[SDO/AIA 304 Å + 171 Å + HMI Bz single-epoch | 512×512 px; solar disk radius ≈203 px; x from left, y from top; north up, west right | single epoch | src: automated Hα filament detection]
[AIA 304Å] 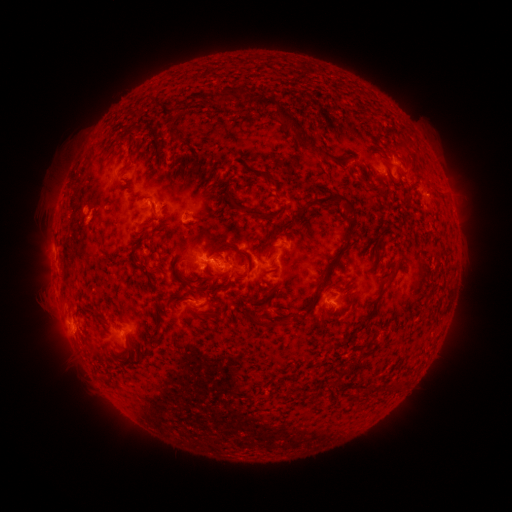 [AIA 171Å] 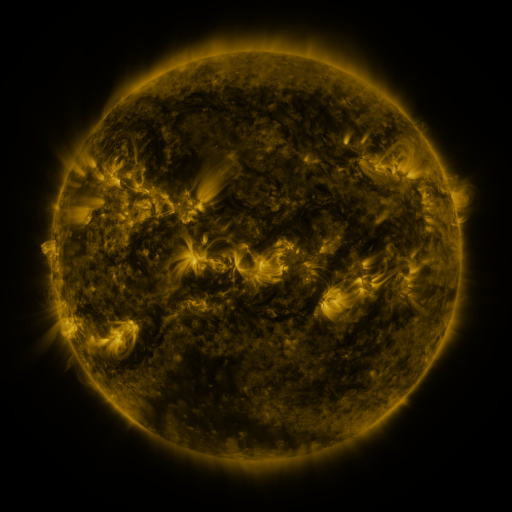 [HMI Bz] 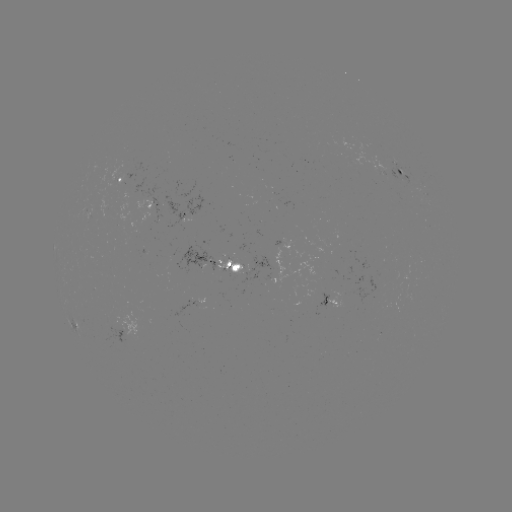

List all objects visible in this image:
filament: (270, 179)
filament: (332, 198)
filament: (251, 213)
filament: (347, 241)
filament: (233, 267)
filament: (392, 279)
filament: (324, 282)
filament: (217, 310)
filament: (260, 323)
filament: (129, 345)
